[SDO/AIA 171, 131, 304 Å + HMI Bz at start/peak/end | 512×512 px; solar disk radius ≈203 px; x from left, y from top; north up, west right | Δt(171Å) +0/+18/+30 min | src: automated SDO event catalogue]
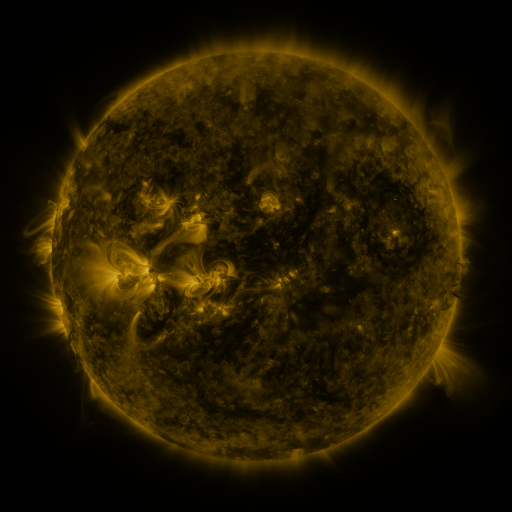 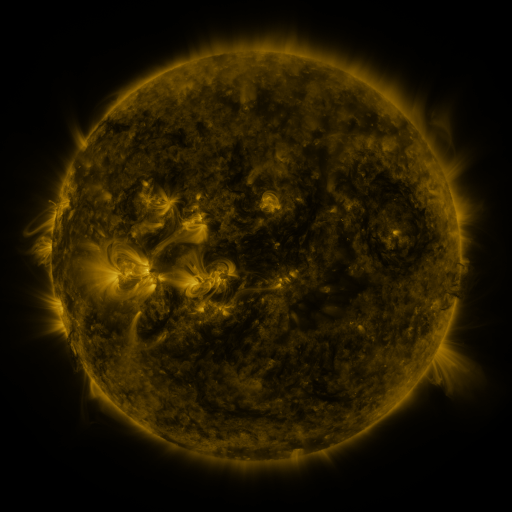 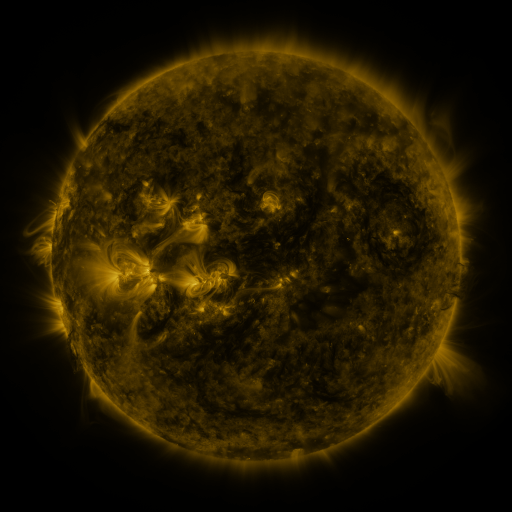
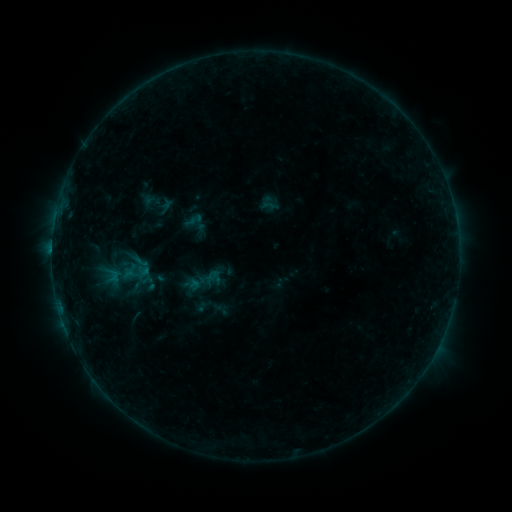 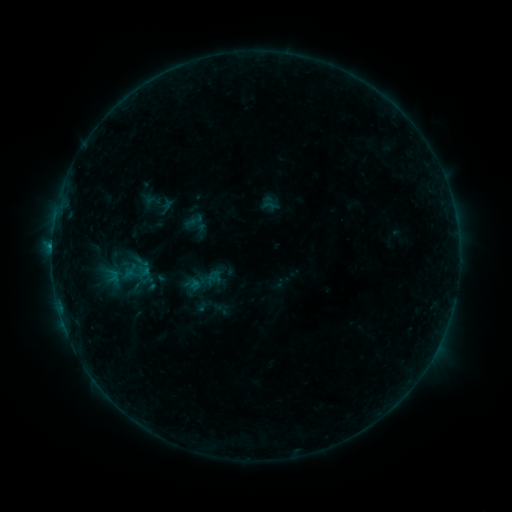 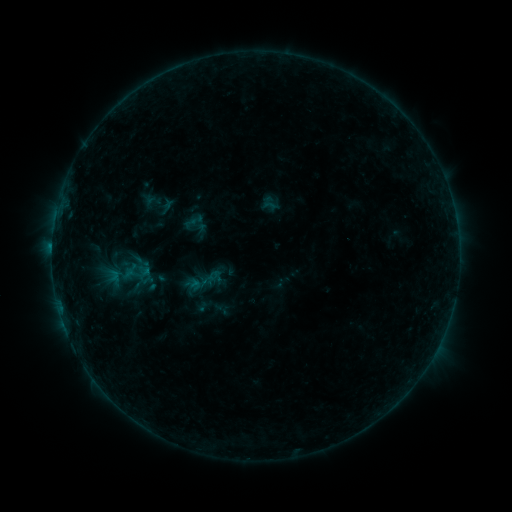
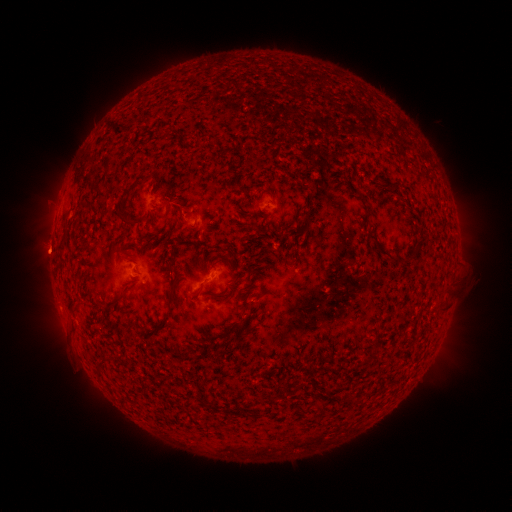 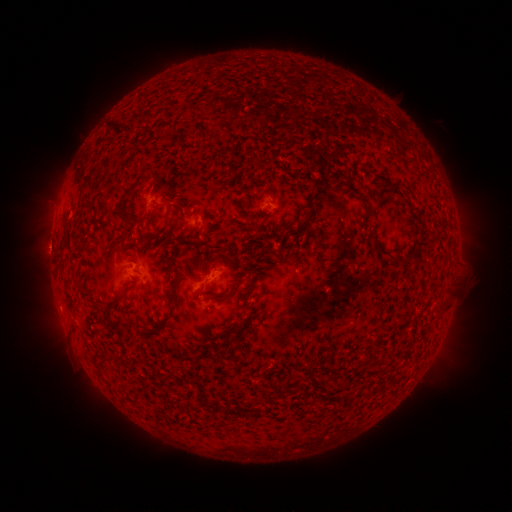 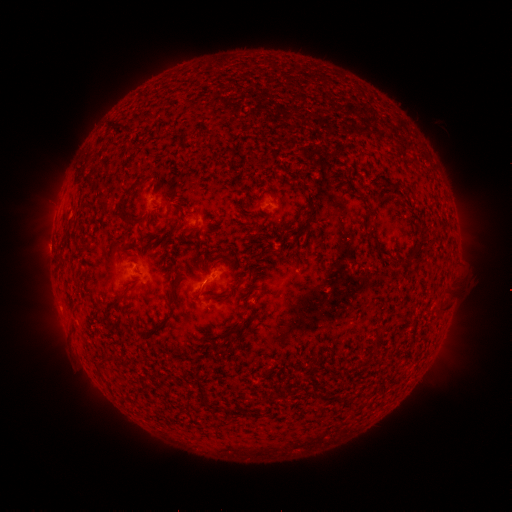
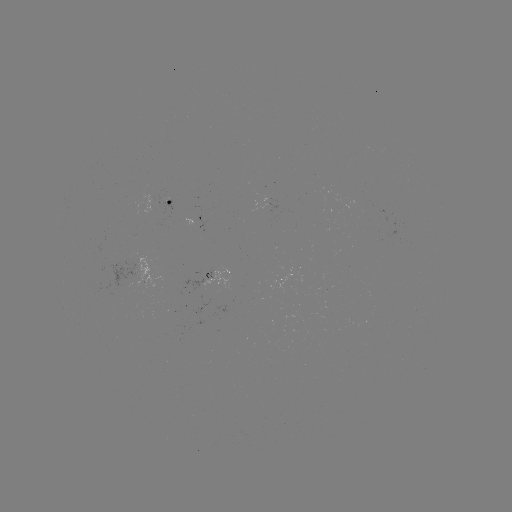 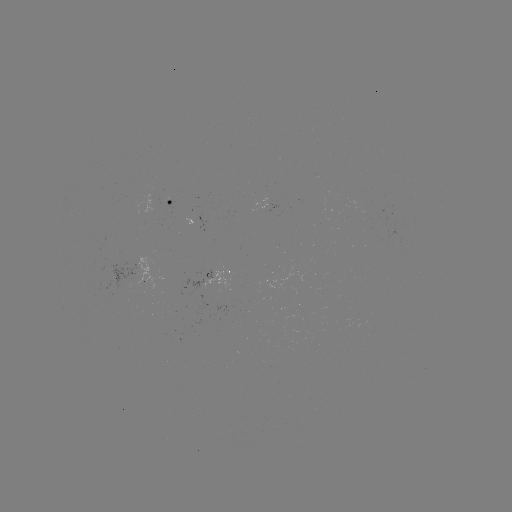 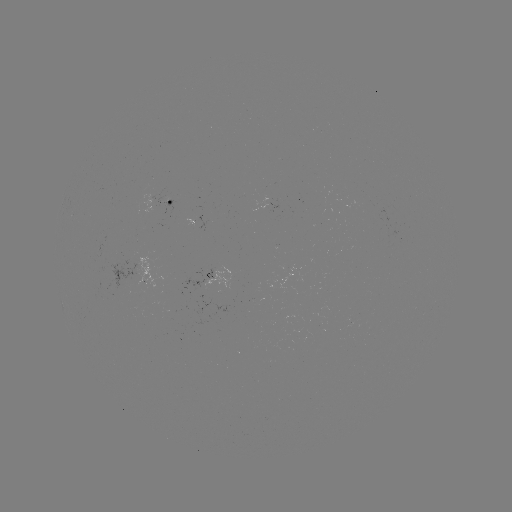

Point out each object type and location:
B3.8 flare: (136, 267)
